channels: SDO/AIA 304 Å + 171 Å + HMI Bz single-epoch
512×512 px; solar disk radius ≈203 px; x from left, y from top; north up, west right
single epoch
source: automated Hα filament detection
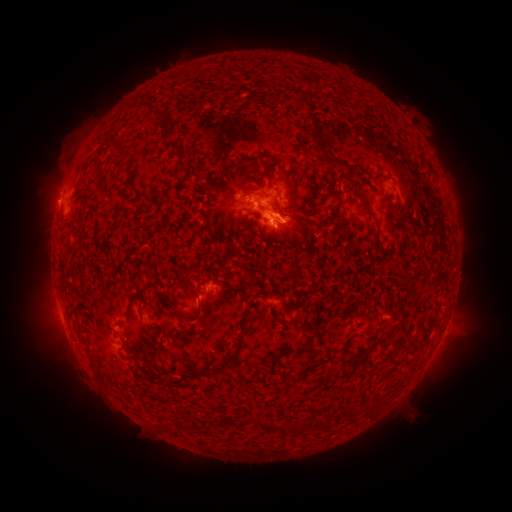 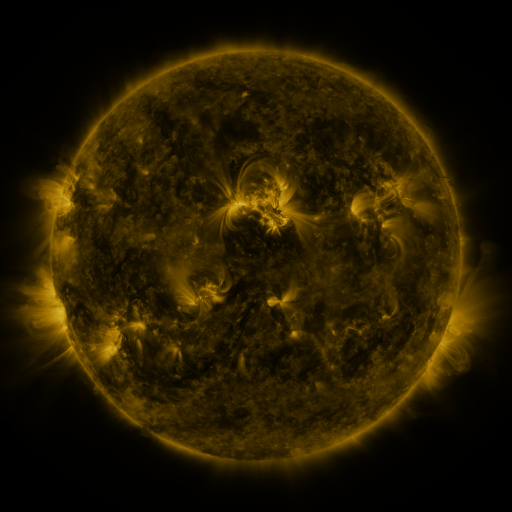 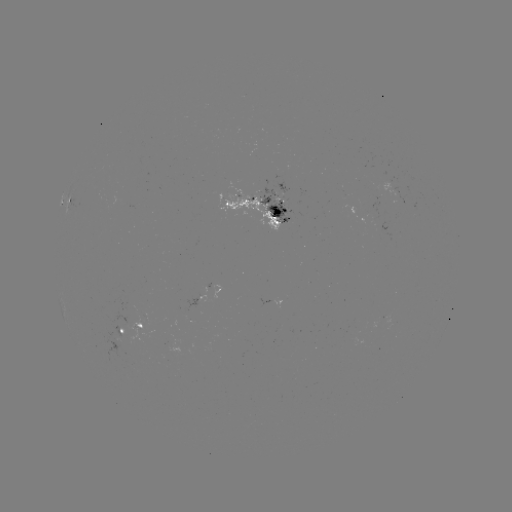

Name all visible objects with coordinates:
filament: [294, 73, 323, 89]
filament: [294, 96, 307, 108]
filament: [149, 110, 161, 117]
filament: [160, 123, 177, 138]
filament: [111, 145, 126, 161]
filament: [324, 152, 353, 171]
filament: [262, 157, 276, 171]
filament: [235, 166, 242, 177]
filament: [191, 170, 203, 181]
filament: [242, 183, 258, 194]
filament: [334, 189, 342, 202]
filament: [353, 190, 375, 218]
filament: [287, 207, 300, 229]
filament: [204, 213, 215, 229]
filament: [279, 219, 293, 228]
filament: [260, 229, 274, 241]
filament: [209, 232, 220, 250]
filament: [146, 263, 160, 281]
filament: [183, 275, 200, 292]
filament: [126, 287, 147, 322]
filament: [165, 288, 174, 307]
filament: [179, 300, 206, 324]
filament: [244, 311, 254, 322]
filament: [212, 337, 244, 375]
filament: [84, 344, 92, 355]
filament: [280, 344, 315, 357]
filament: [337, 349, 360, 369]
filament: [289, 361, 321, 383]
filament: [343, 406, 364, 419]
filament: [232, 413, 247, 423]
filament: [250, 415, 288, 433]
filament: [314, 417, 328, 429]
